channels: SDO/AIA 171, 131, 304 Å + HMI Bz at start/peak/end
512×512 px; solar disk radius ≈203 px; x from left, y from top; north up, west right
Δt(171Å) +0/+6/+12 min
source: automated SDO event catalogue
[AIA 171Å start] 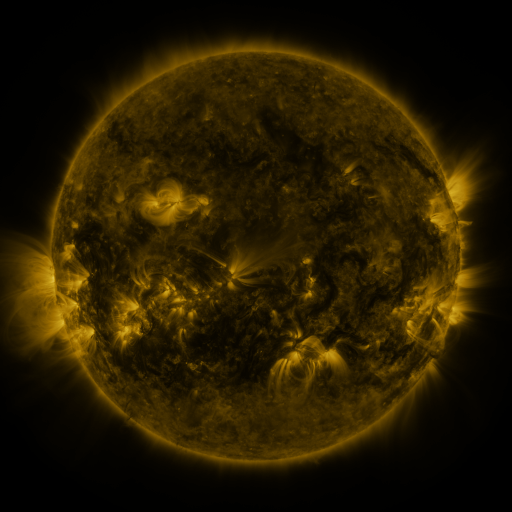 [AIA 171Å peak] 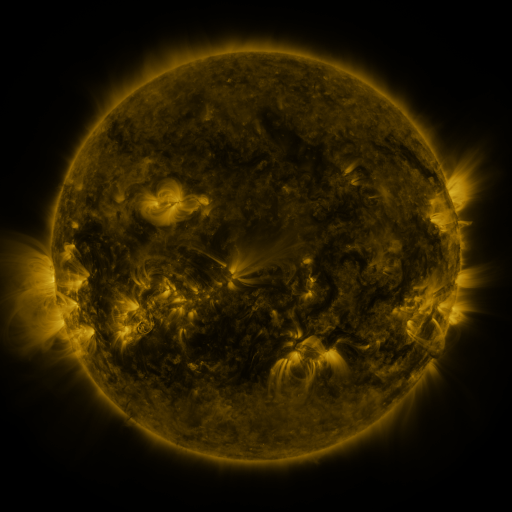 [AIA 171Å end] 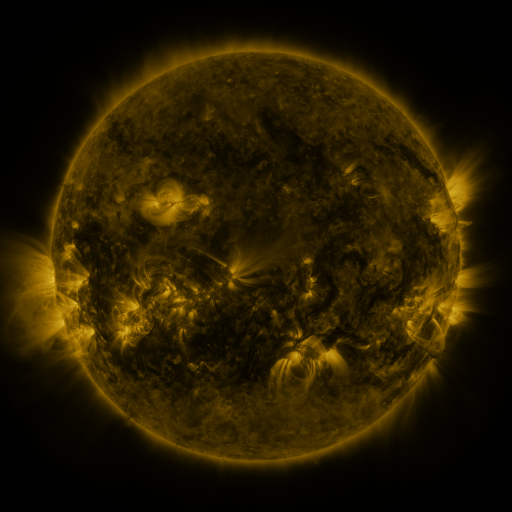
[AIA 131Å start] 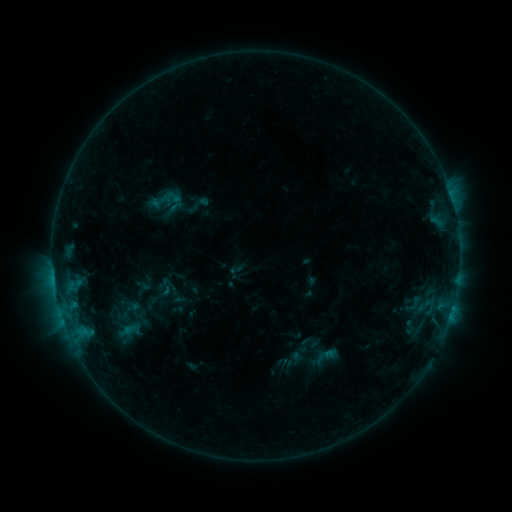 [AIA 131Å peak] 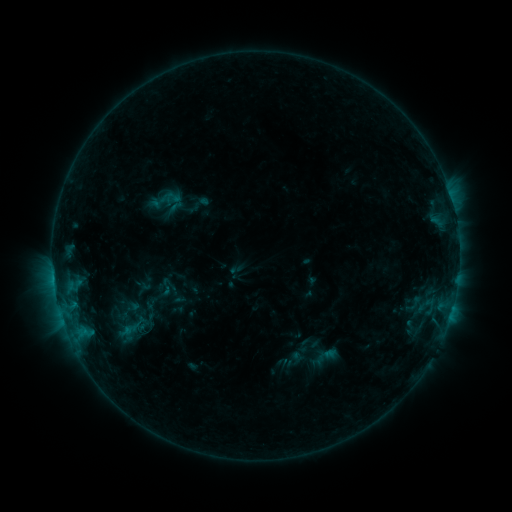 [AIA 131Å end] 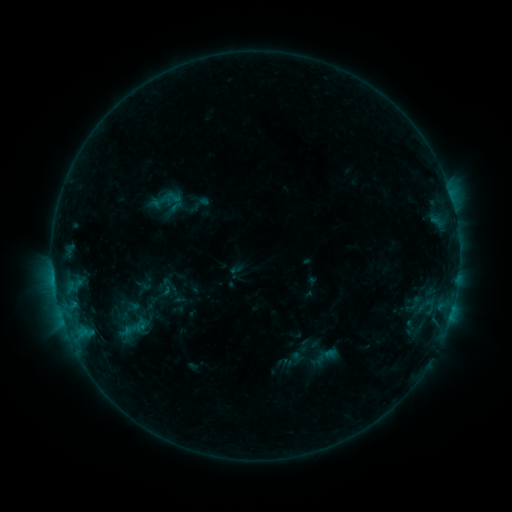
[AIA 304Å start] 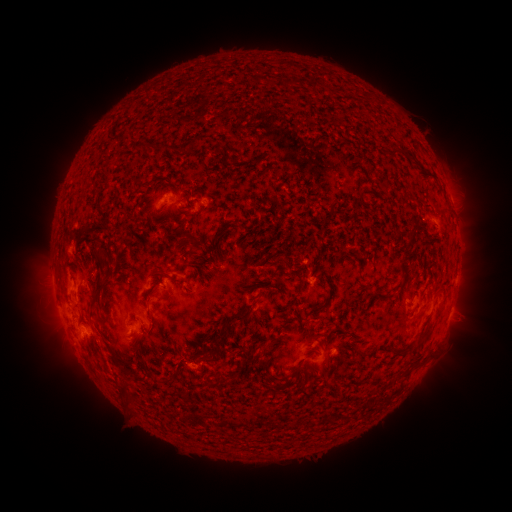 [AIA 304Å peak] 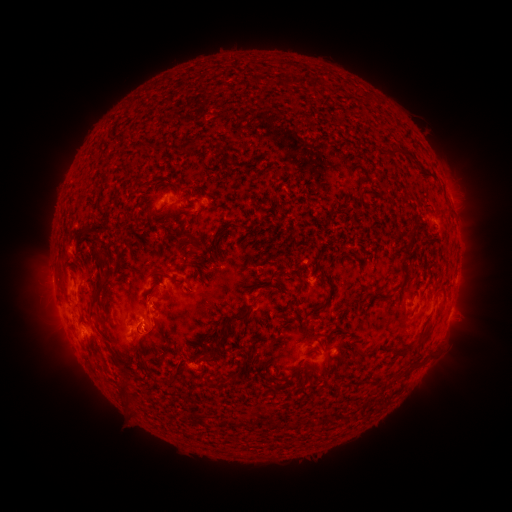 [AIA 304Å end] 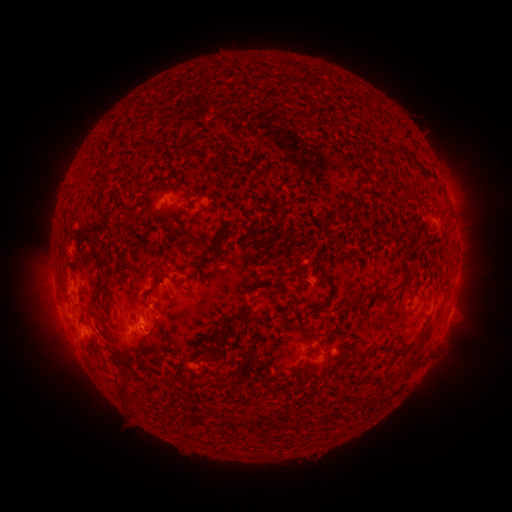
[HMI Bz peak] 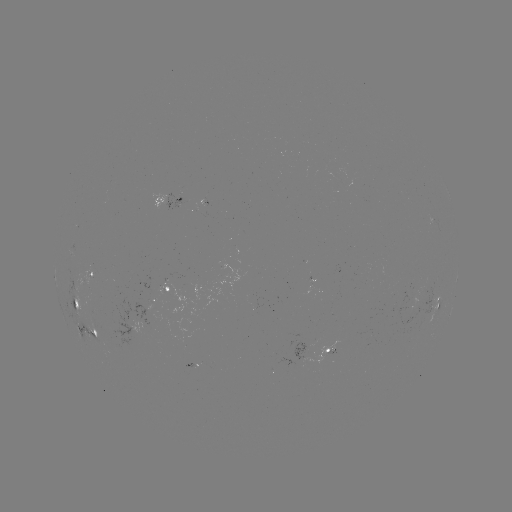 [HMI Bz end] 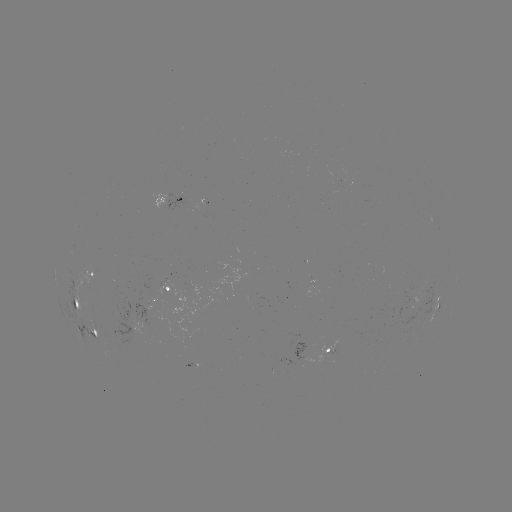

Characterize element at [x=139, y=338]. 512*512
eruption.